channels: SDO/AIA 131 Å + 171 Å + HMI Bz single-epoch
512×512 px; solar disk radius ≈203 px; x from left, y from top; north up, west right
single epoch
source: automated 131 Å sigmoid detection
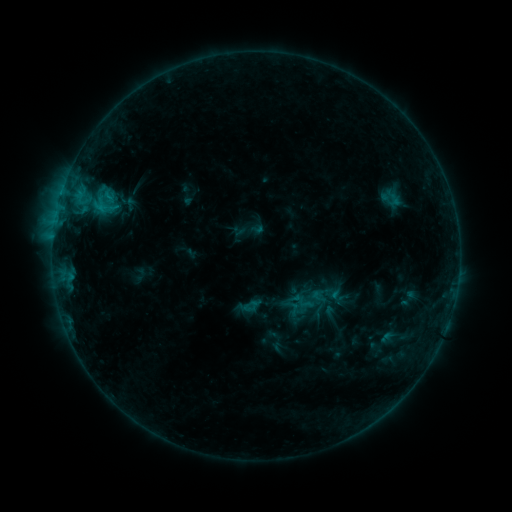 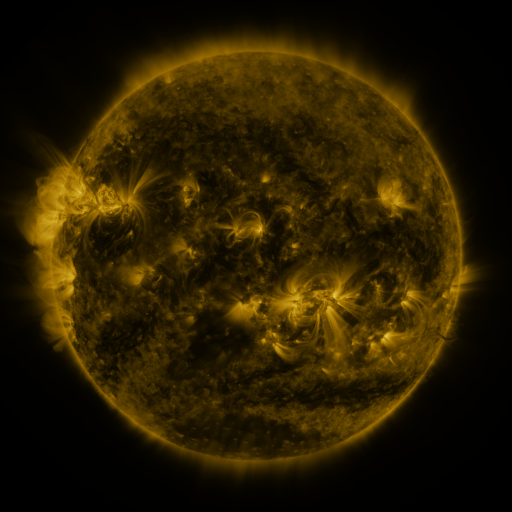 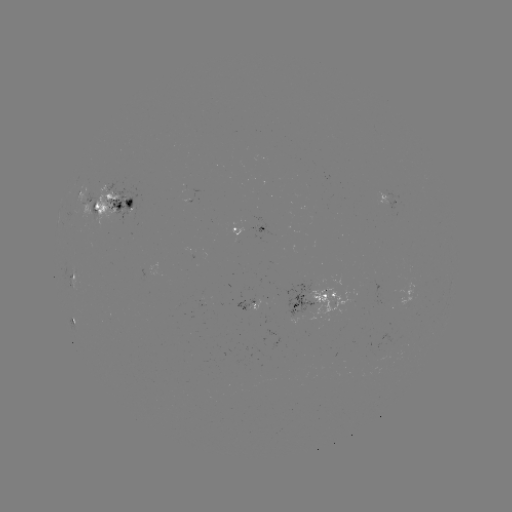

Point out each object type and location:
sigmoid: (104, 207)
sigmoid: (305, 303)
